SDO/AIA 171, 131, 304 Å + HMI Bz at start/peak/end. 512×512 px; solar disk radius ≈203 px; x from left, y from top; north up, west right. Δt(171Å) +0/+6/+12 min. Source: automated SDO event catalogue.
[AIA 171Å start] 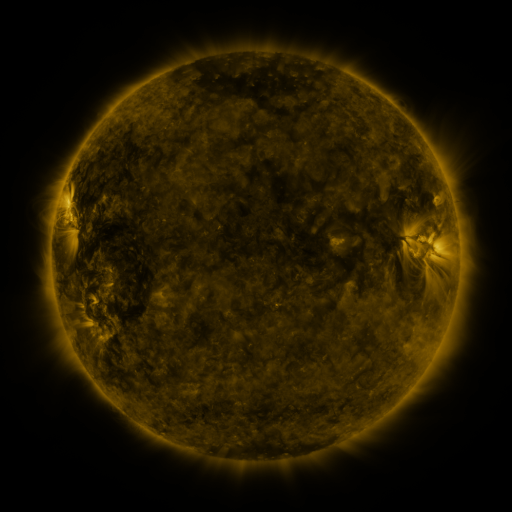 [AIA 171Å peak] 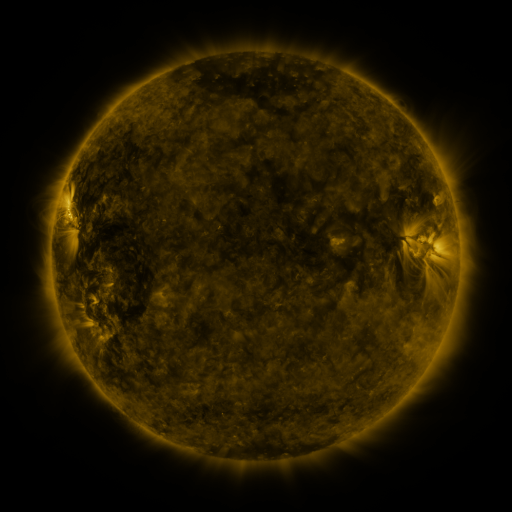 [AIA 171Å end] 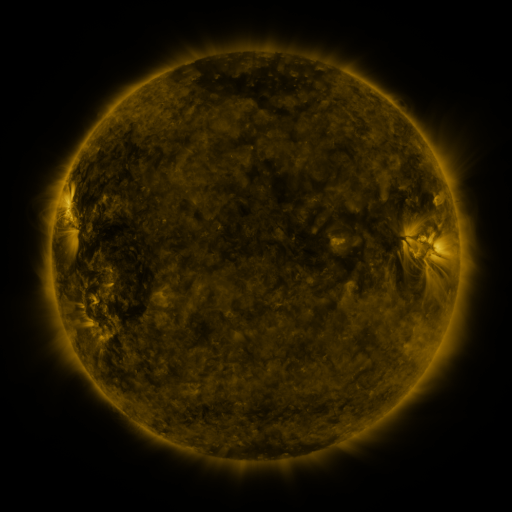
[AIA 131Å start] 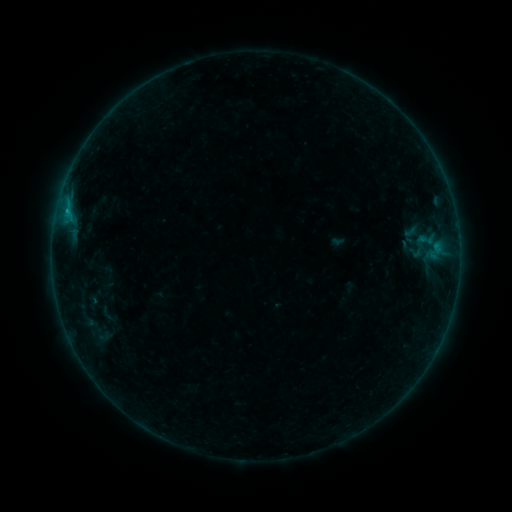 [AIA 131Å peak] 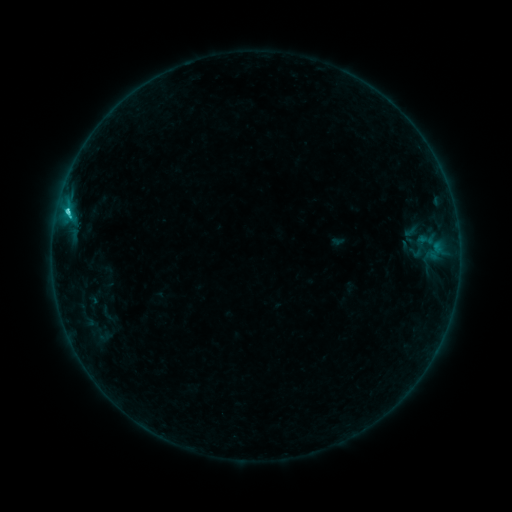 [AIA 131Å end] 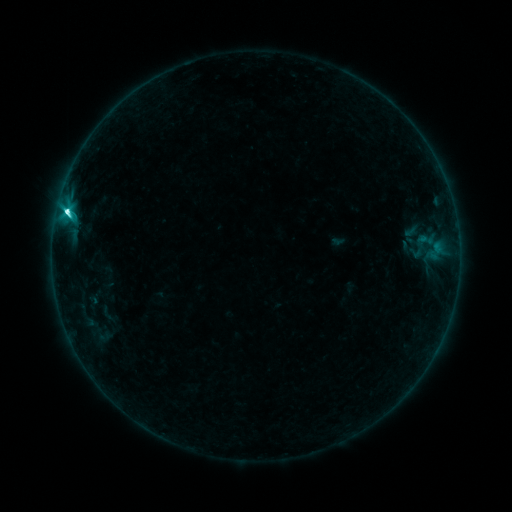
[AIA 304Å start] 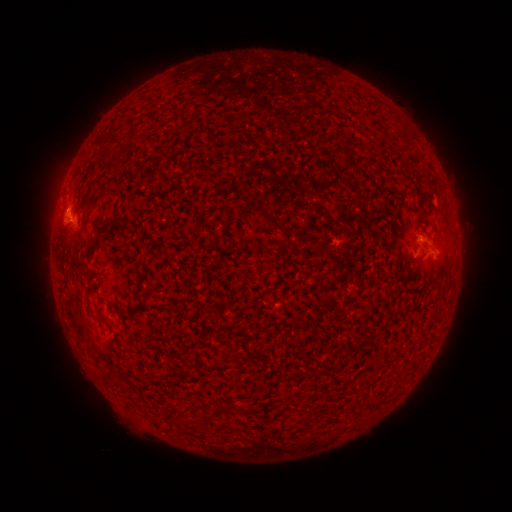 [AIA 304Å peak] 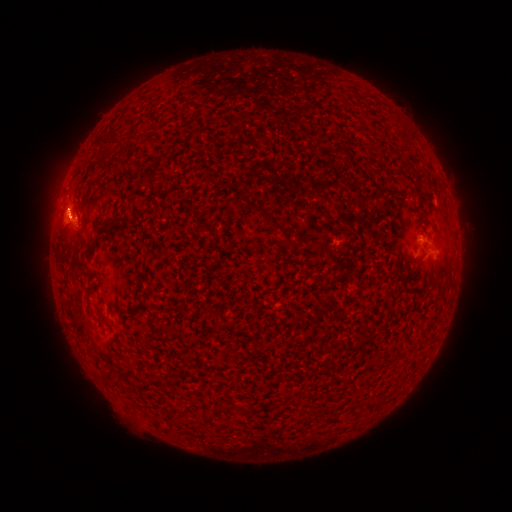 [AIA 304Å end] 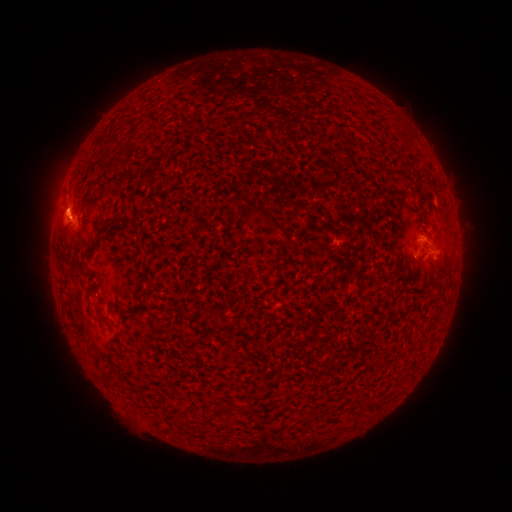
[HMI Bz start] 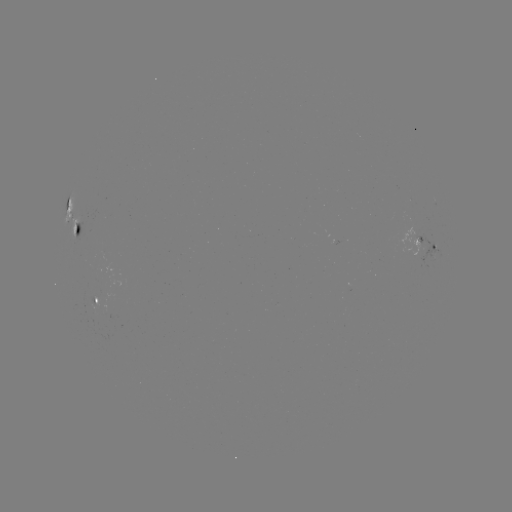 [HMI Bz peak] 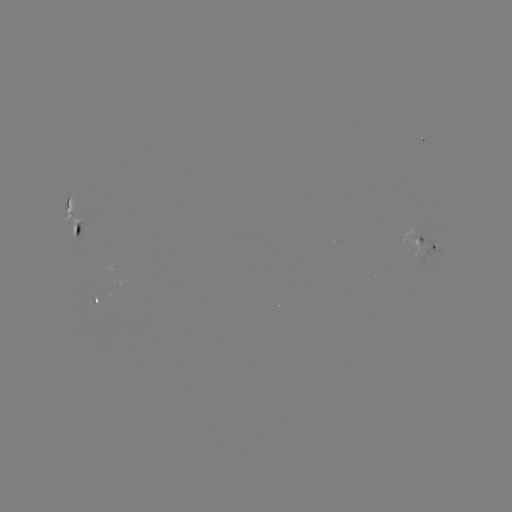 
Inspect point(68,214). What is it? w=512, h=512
C5.2 flare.